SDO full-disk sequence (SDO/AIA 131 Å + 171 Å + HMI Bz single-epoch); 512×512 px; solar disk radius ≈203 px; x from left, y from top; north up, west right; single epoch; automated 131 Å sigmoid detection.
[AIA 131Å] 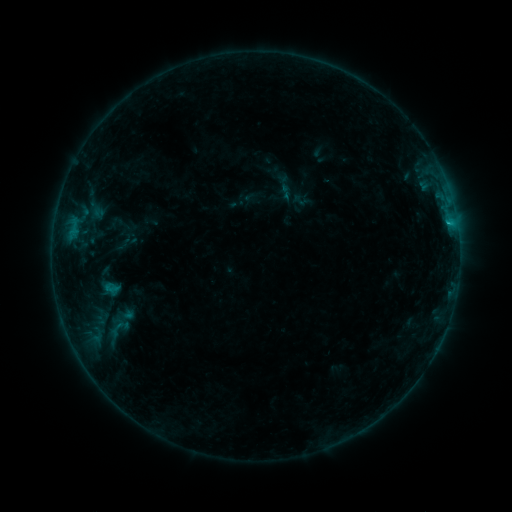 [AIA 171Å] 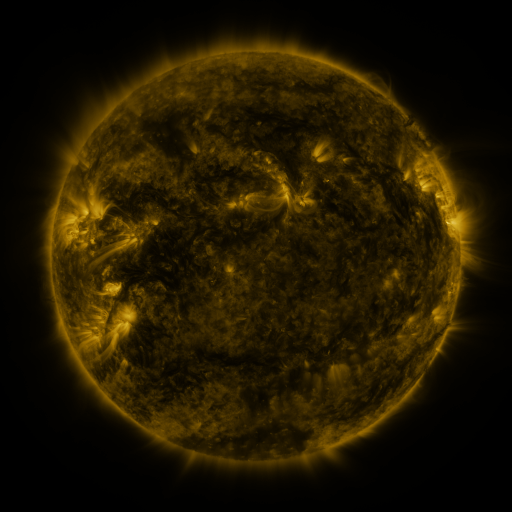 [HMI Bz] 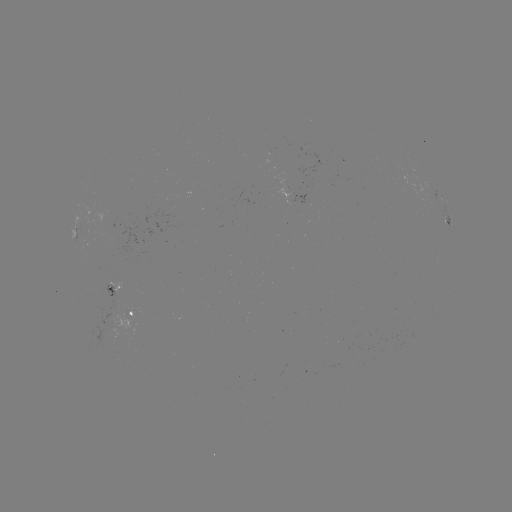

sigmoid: (277, 183, 295, 200)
